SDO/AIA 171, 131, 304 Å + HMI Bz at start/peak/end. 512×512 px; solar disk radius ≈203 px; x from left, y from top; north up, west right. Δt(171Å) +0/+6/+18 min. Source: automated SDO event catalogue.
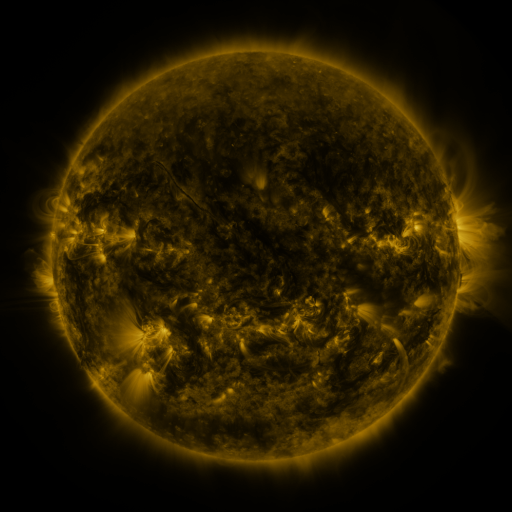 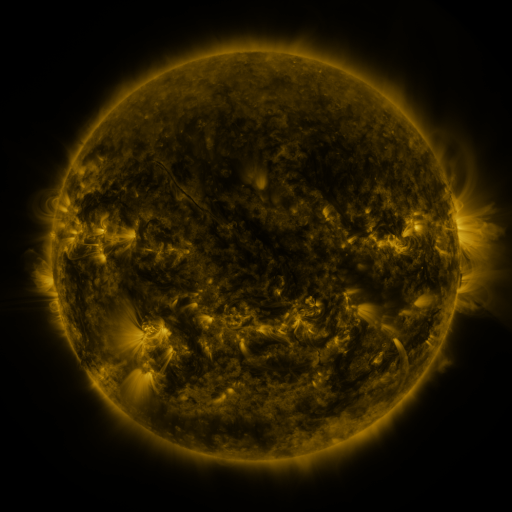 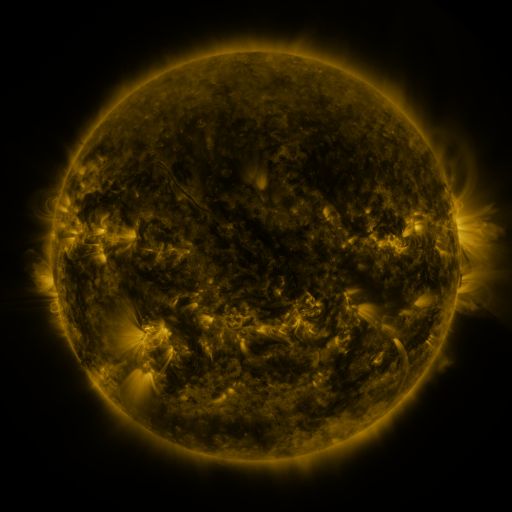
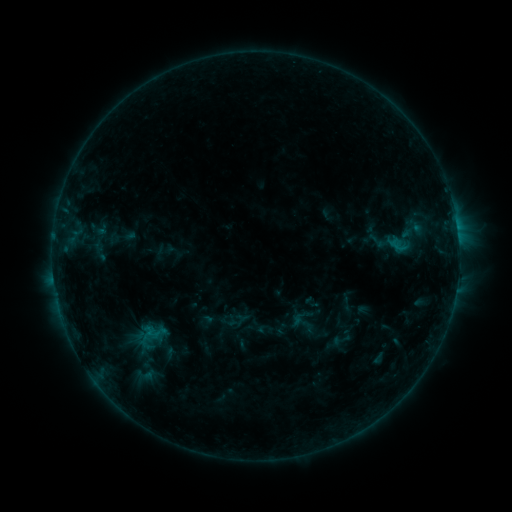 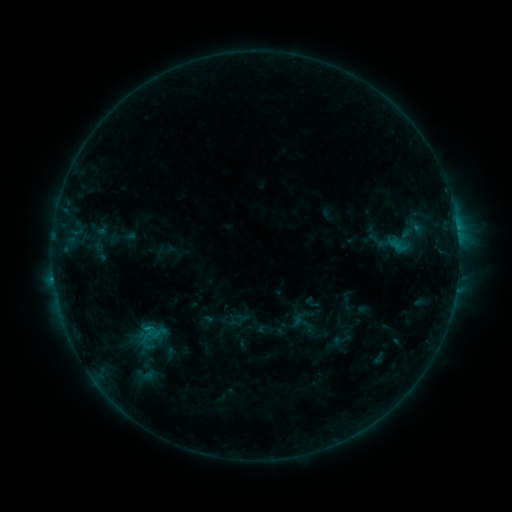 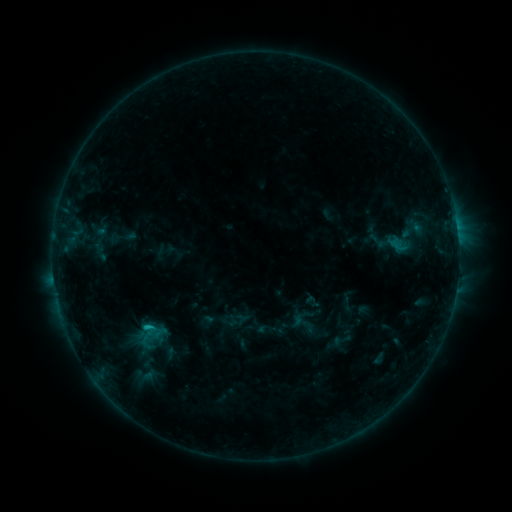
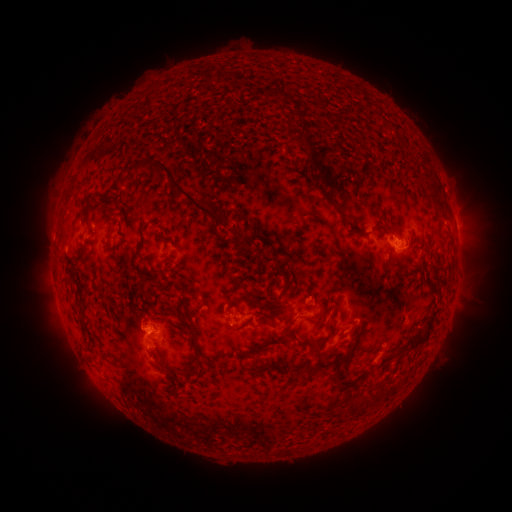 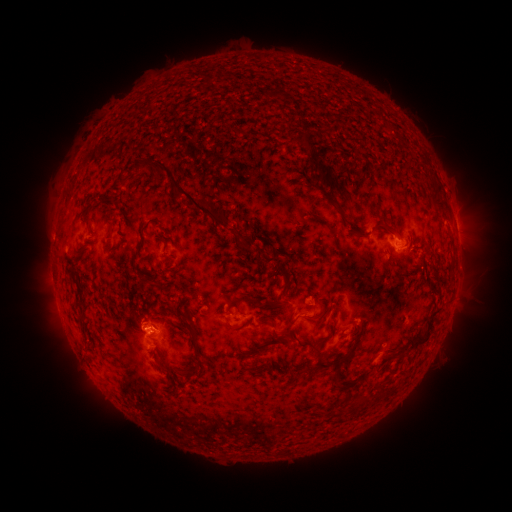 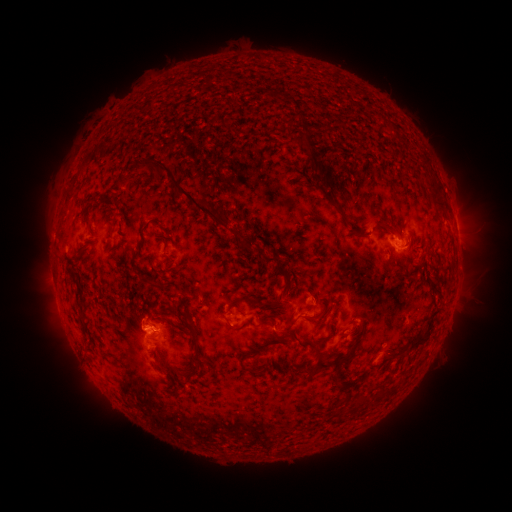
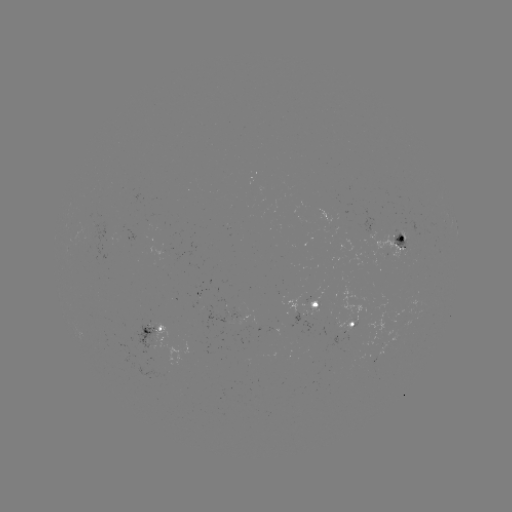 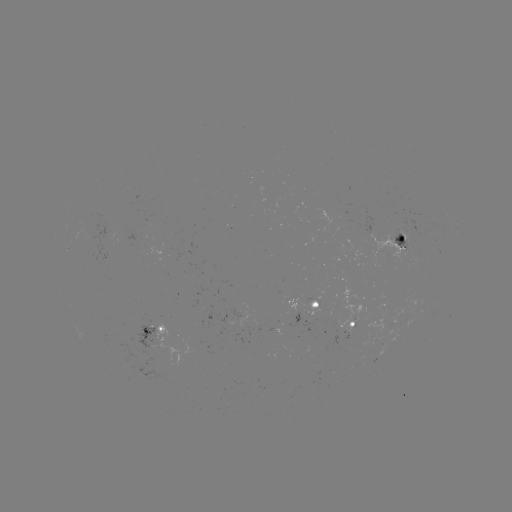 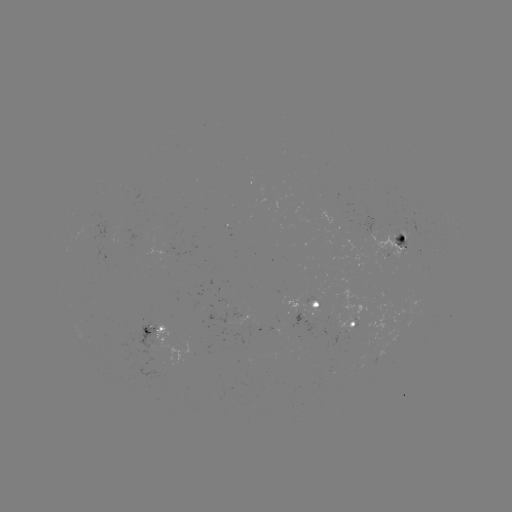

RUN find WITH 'B9.8 flare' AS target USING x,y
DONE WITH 148,328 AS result